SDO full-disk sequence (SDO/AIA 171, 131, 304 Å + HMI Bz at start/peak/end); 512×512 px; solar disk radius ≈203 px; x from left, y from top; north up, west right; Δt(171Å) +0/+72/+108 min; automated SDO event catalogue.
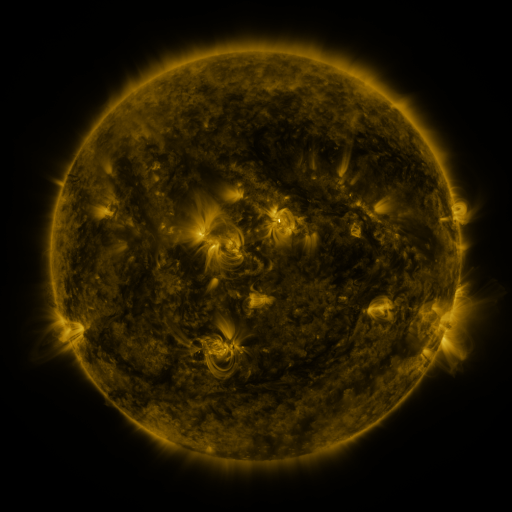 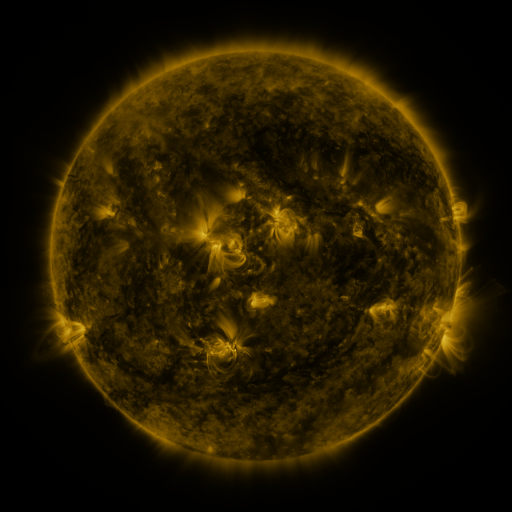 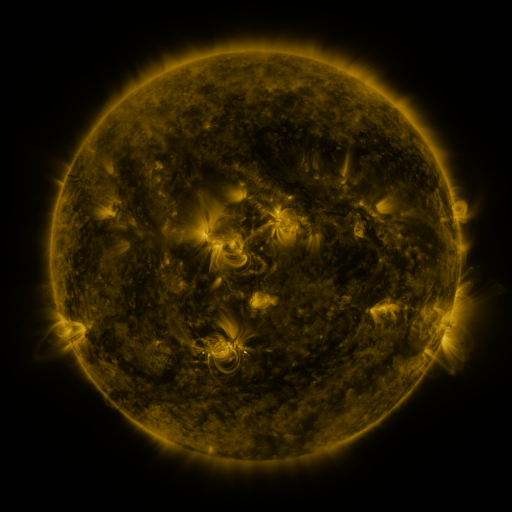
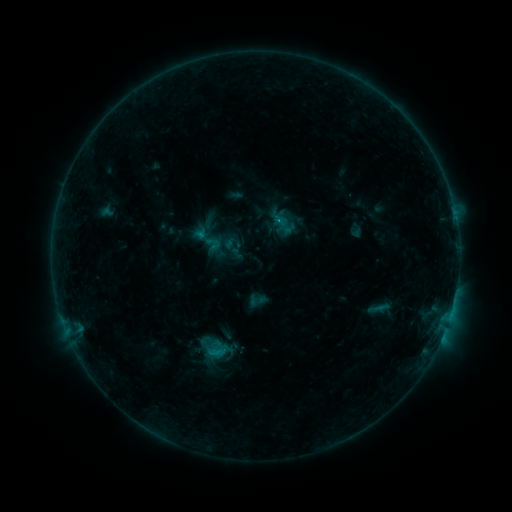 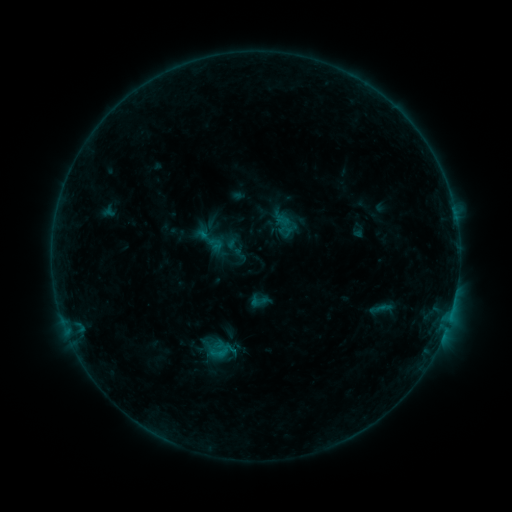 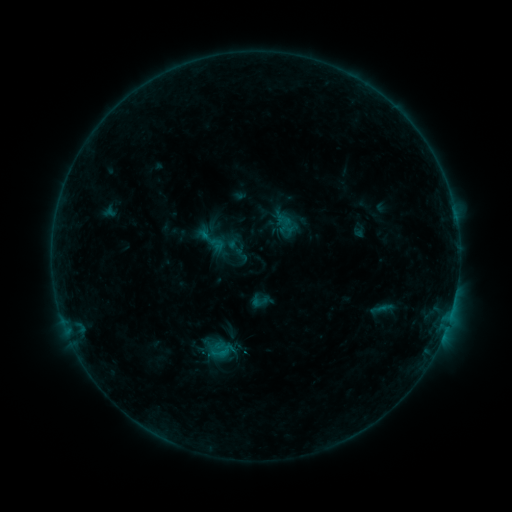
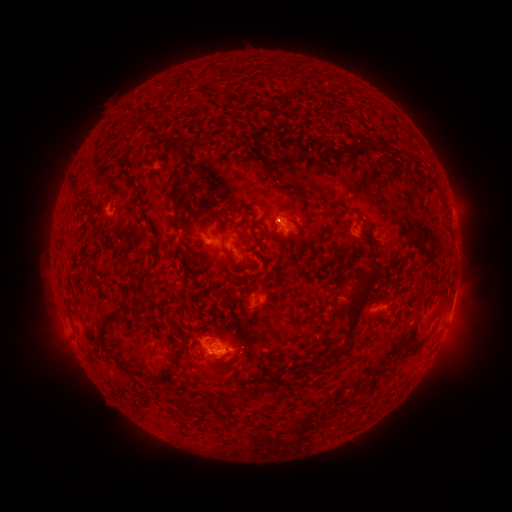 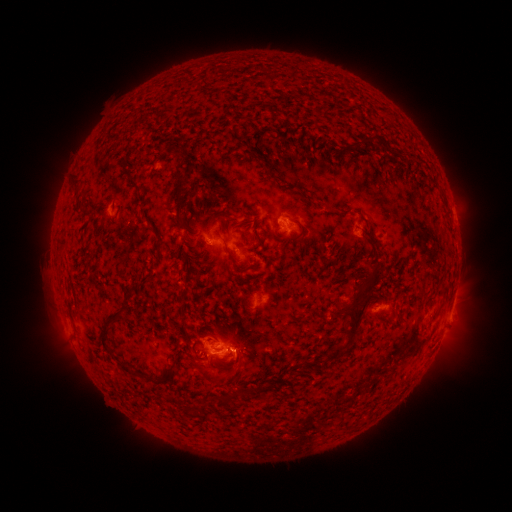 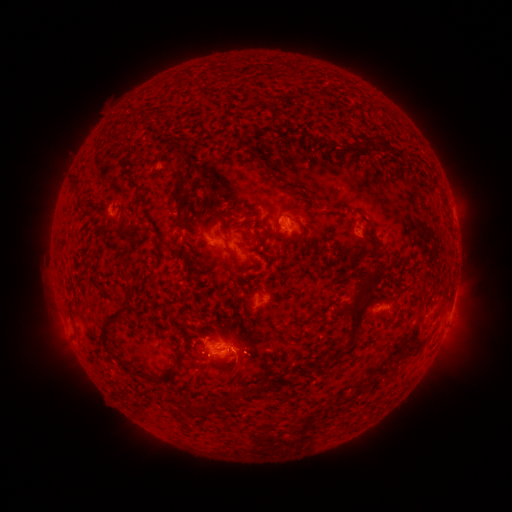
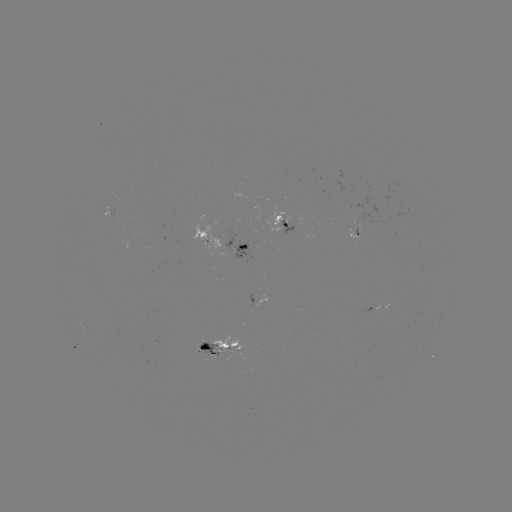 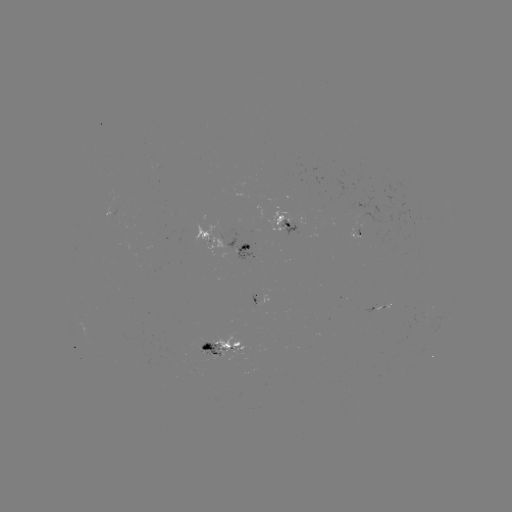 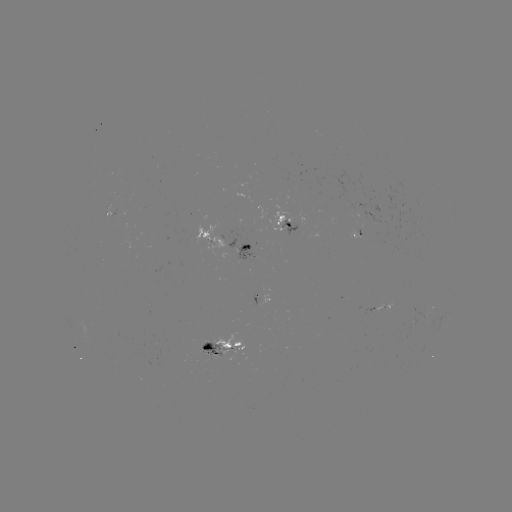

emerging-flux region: <bbox>197, 344, 221, 358</bbox>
